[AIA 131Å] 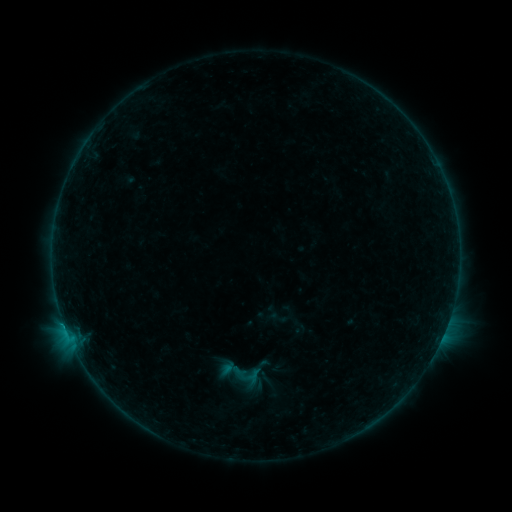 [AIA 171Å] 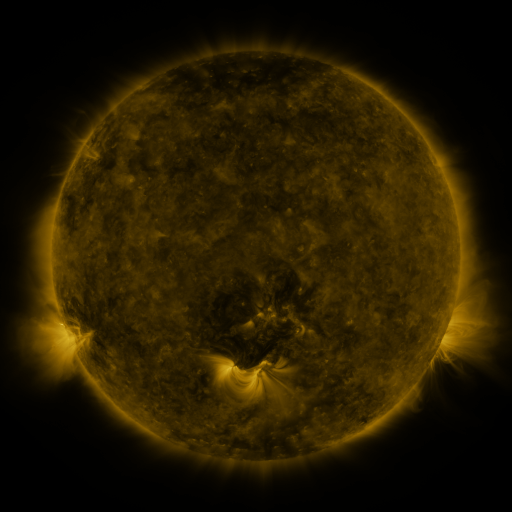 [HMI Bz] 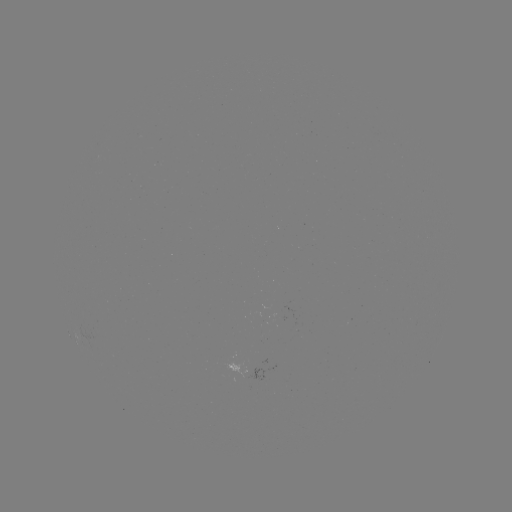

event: sigmoid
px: (278, 318)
